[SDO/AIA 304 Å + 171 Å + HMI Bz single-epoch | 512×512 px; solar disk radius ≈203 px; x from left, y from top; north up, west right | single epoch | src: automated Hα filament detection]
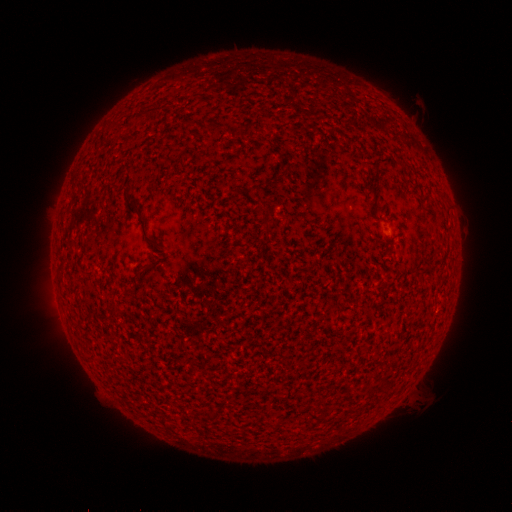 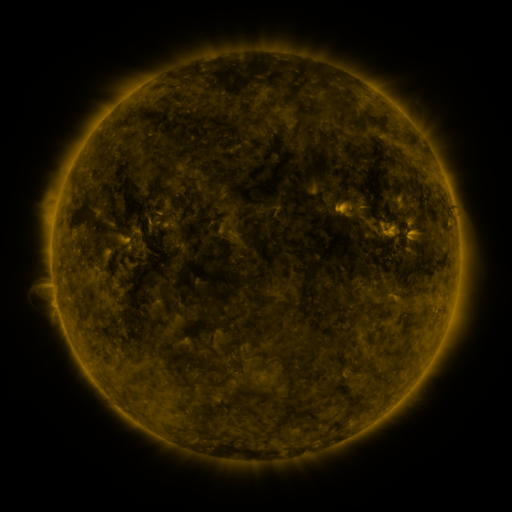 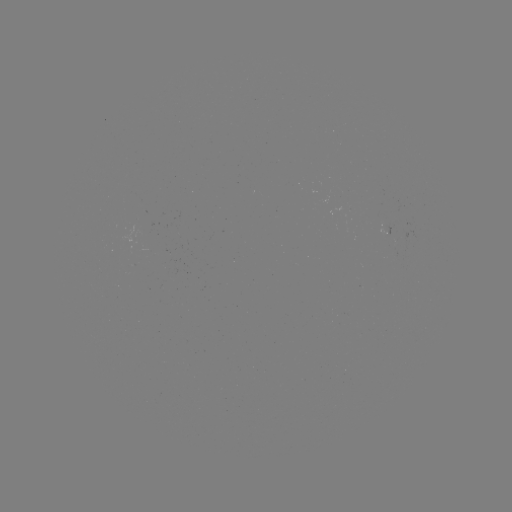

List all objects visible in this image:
filament: (154, 110)
filament: (210, 126)
filament: (137, 204)
filament: (261, 210)
filament: (144, 232)
